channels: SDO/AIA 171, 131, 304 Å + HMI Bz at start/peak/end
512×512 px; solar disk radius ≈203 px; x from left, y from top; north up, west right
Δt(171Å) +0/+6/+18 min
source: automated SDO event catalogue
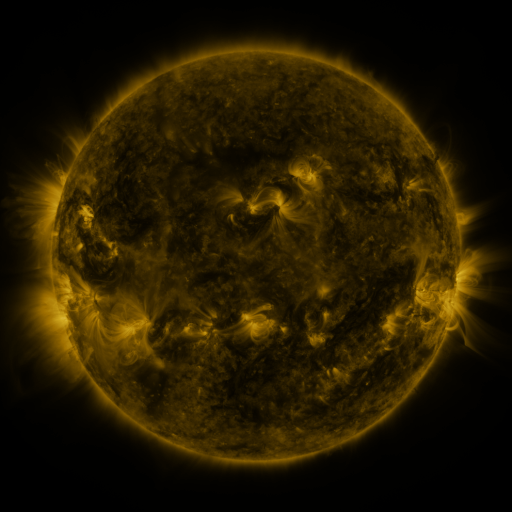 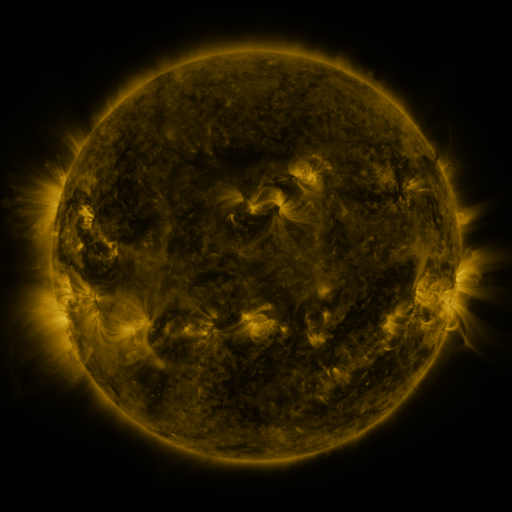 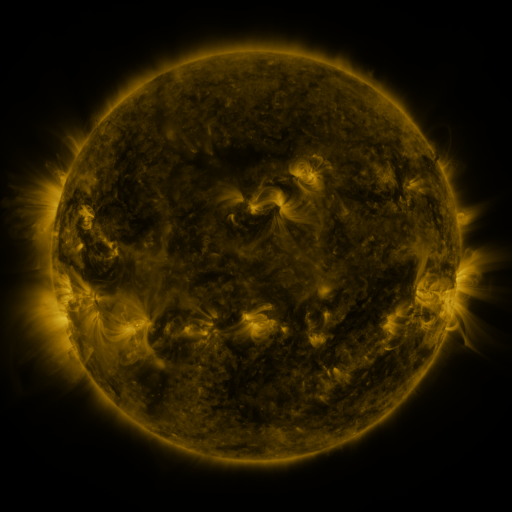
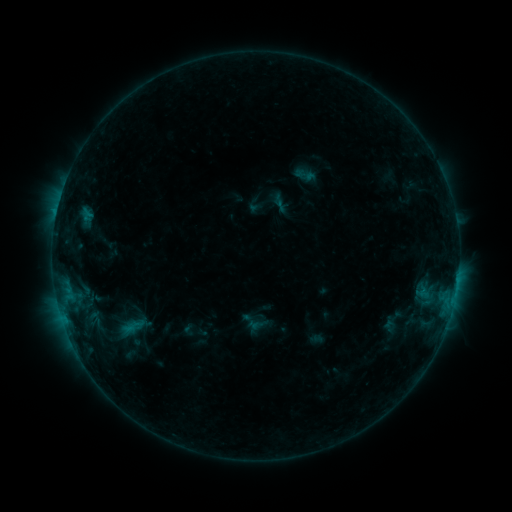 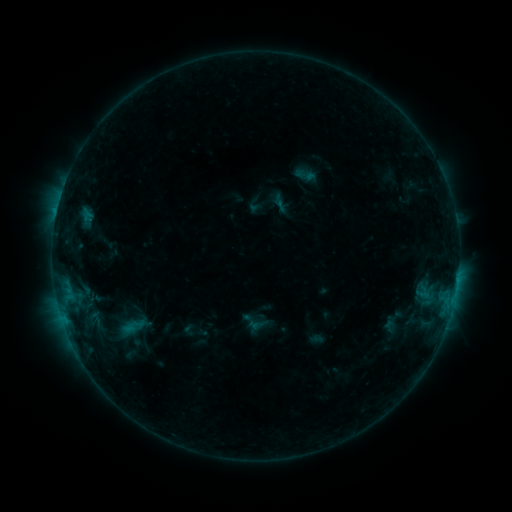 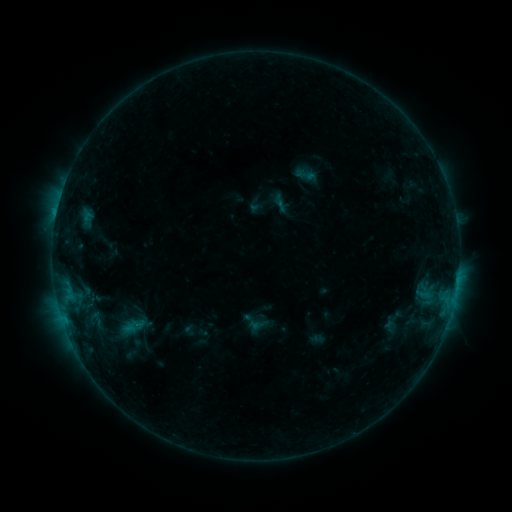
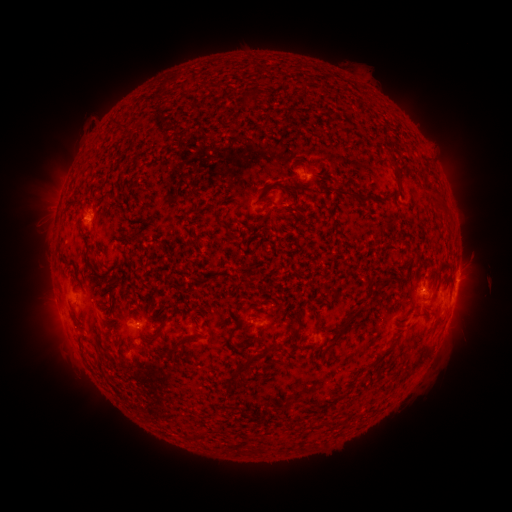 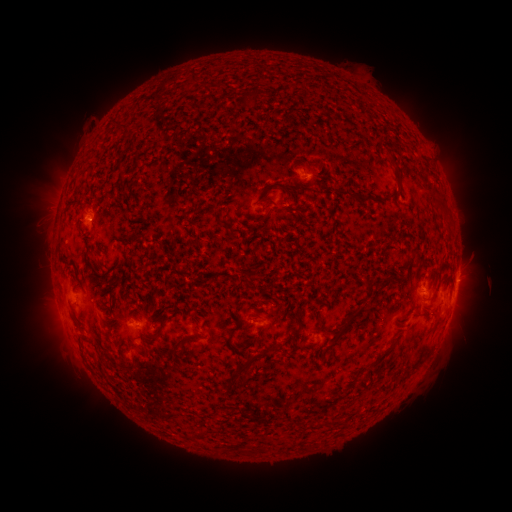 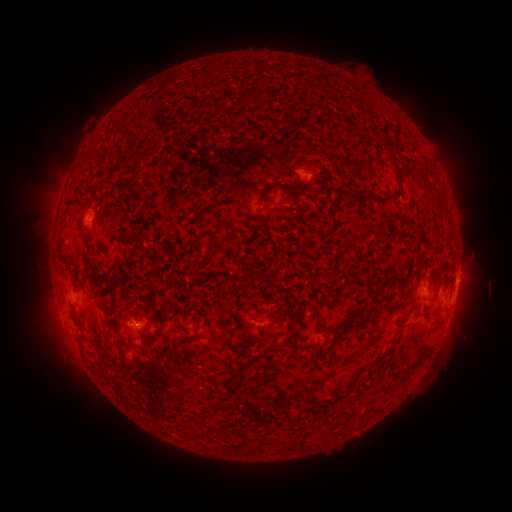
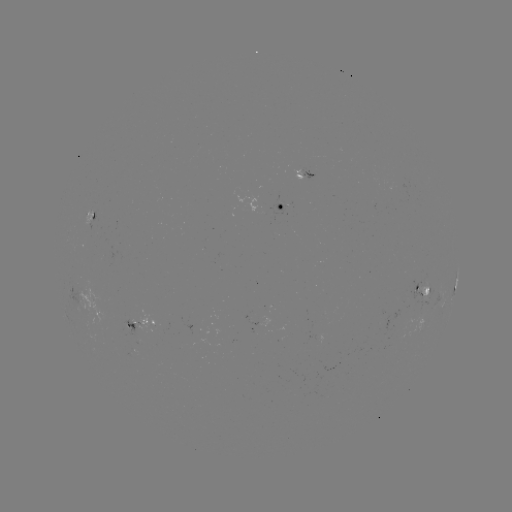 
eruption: (23, 191, 76, 239)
